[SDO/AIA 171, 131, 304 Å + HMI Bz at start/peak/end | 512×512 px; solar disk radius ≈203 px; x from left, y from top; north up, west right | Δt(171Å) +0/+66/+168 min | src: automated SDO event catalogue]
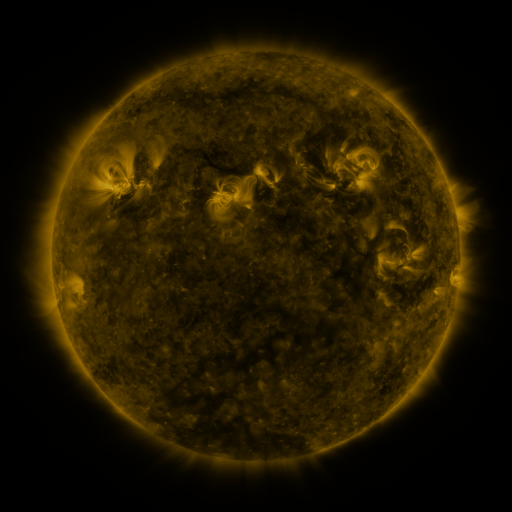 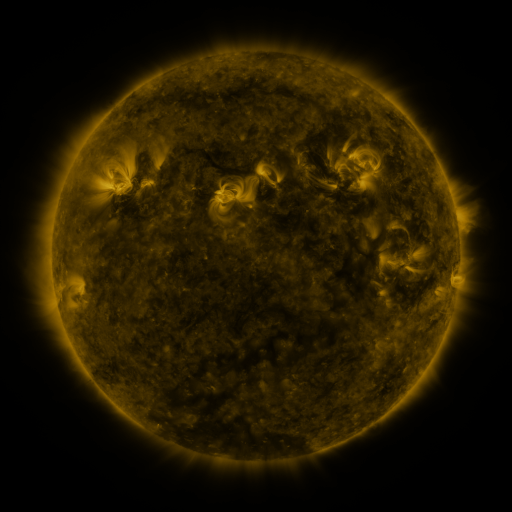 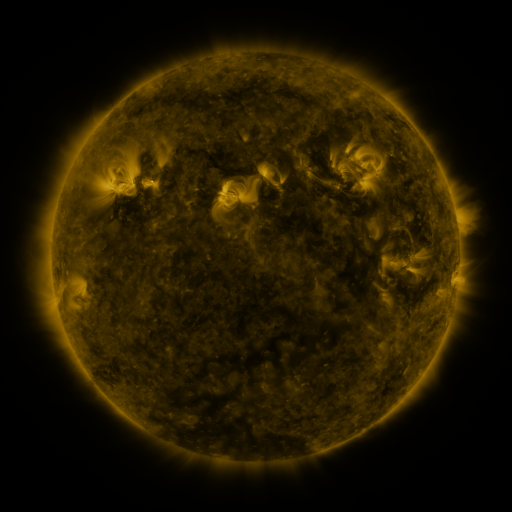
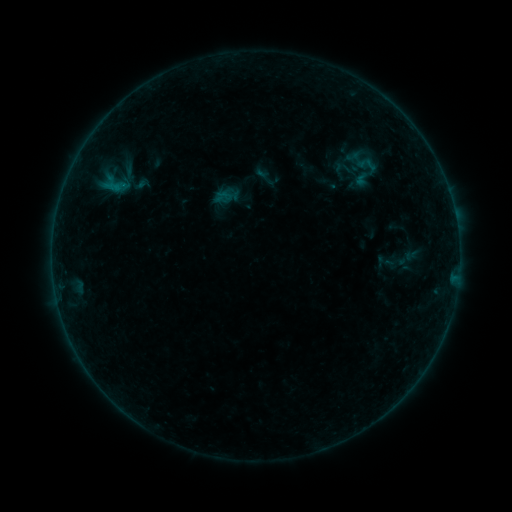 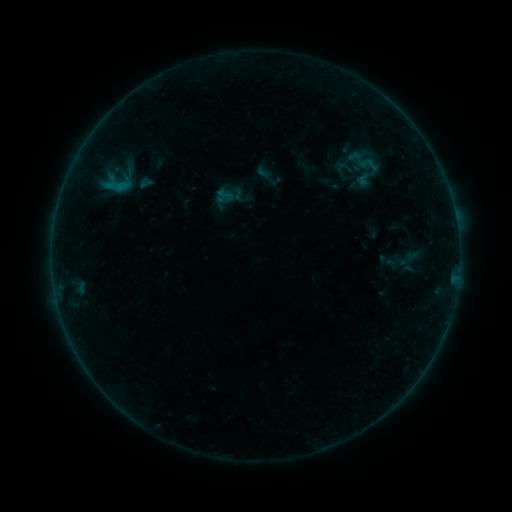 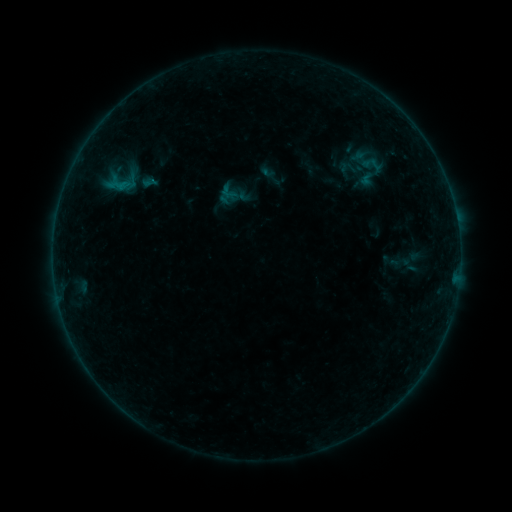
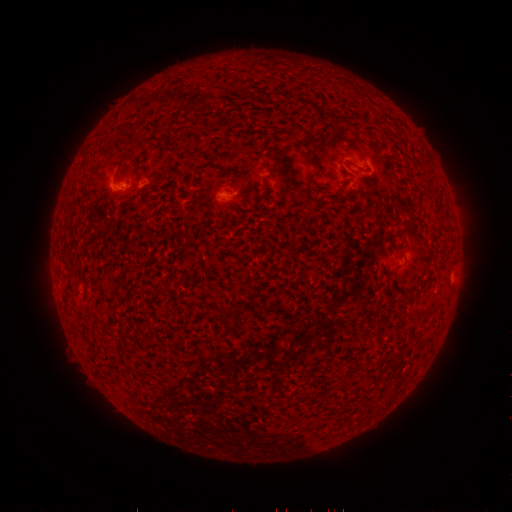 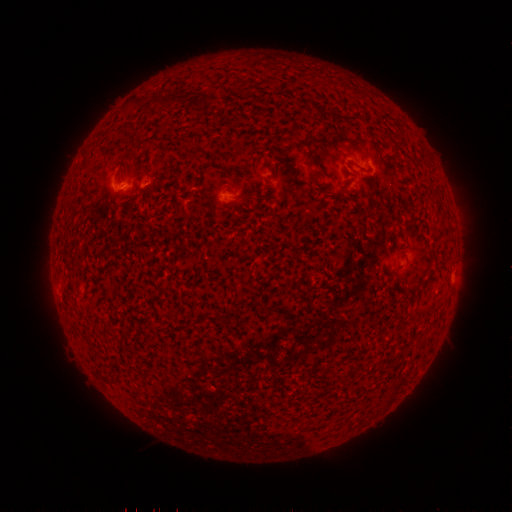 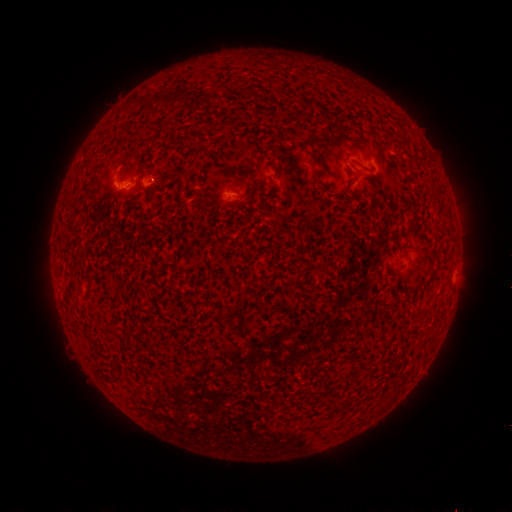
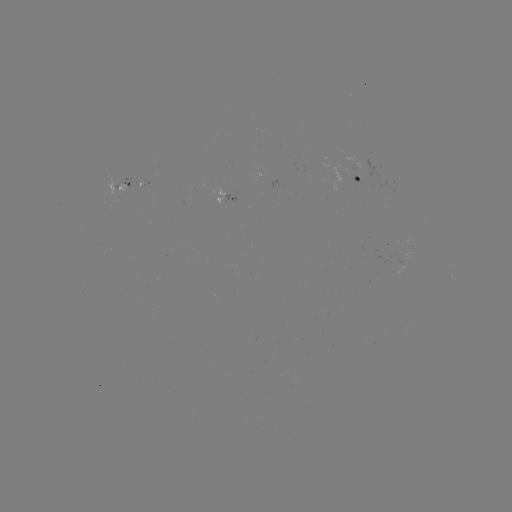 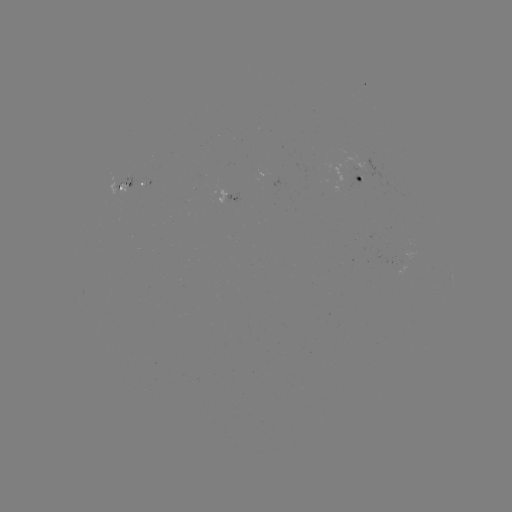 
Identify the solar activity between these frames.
emerging-flux region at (360, 179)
